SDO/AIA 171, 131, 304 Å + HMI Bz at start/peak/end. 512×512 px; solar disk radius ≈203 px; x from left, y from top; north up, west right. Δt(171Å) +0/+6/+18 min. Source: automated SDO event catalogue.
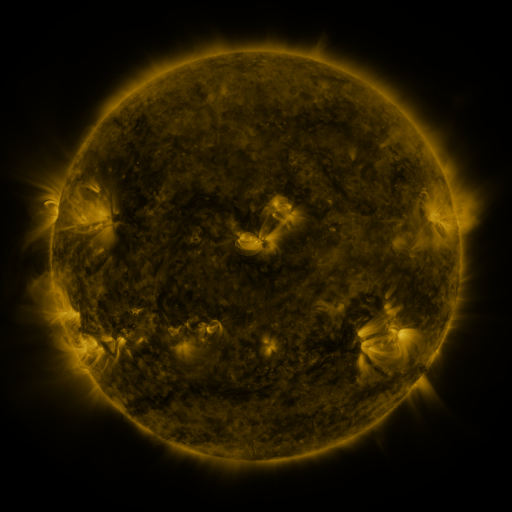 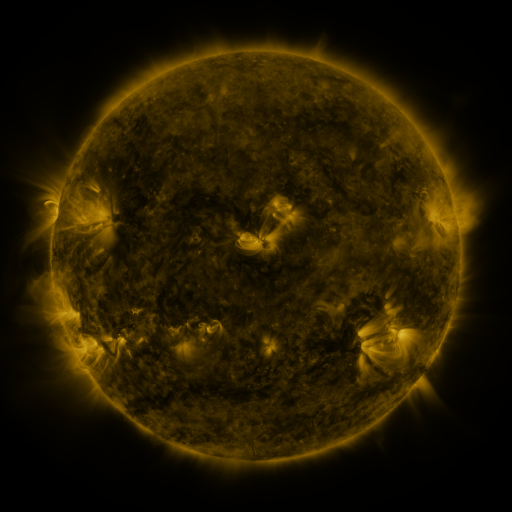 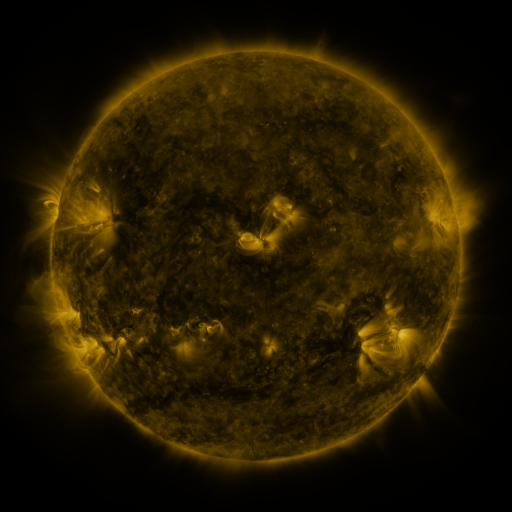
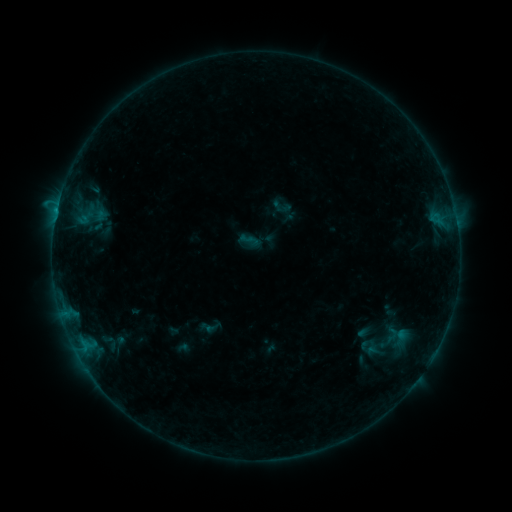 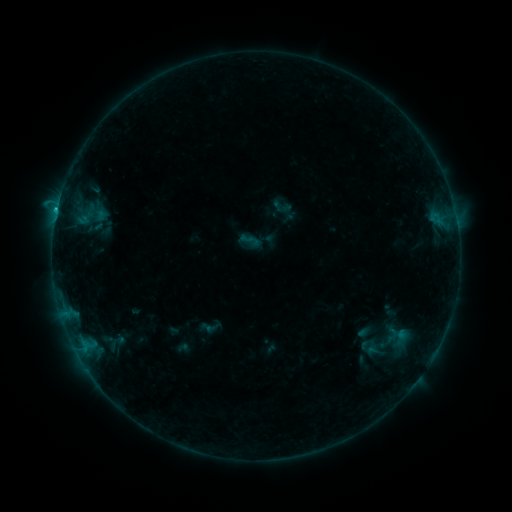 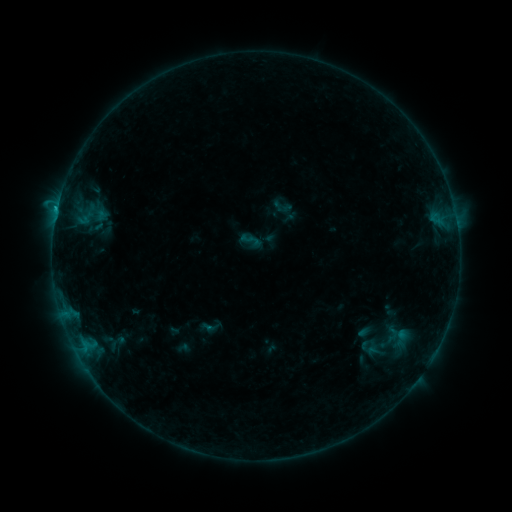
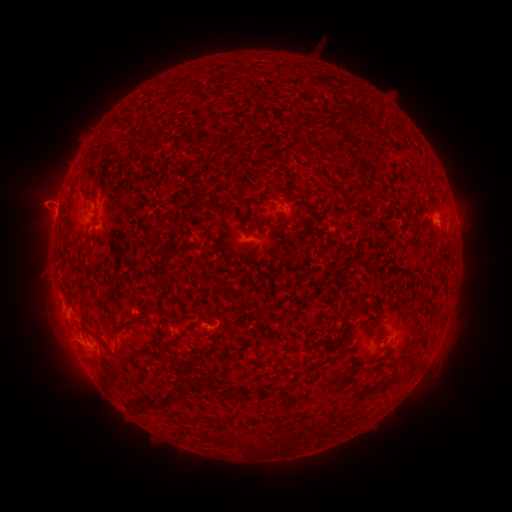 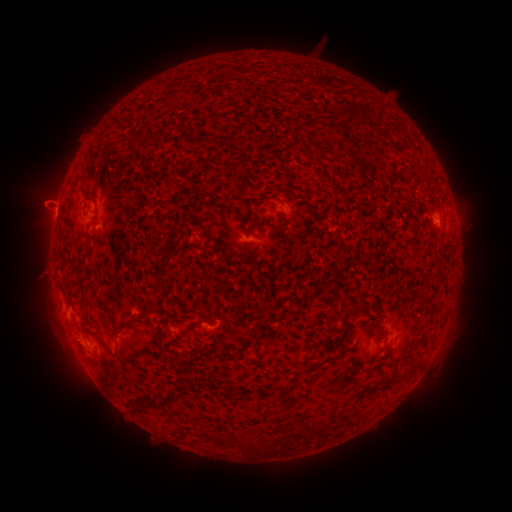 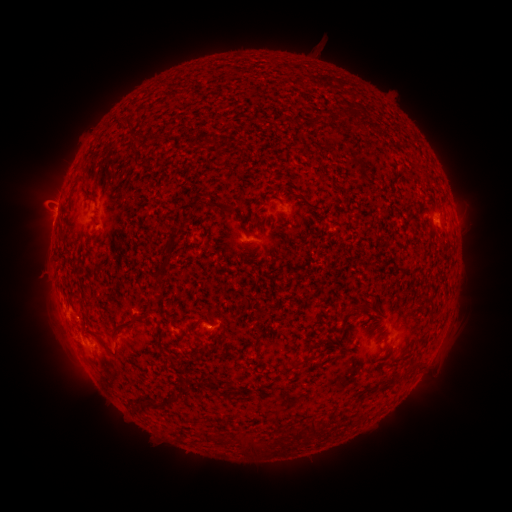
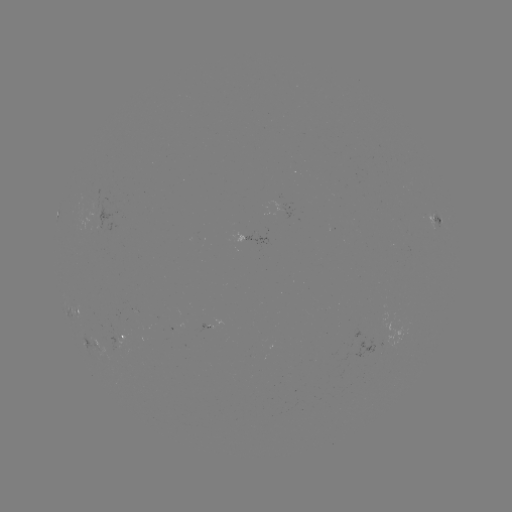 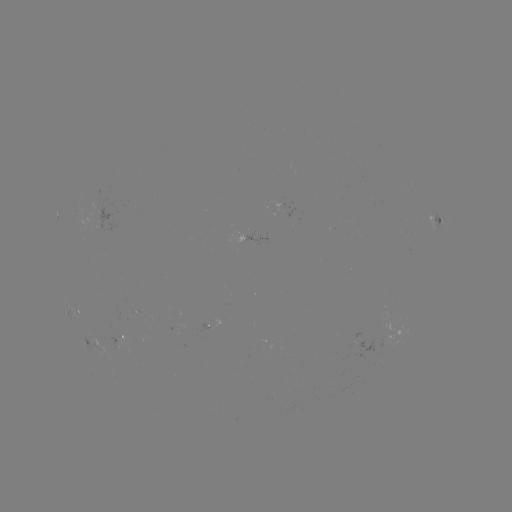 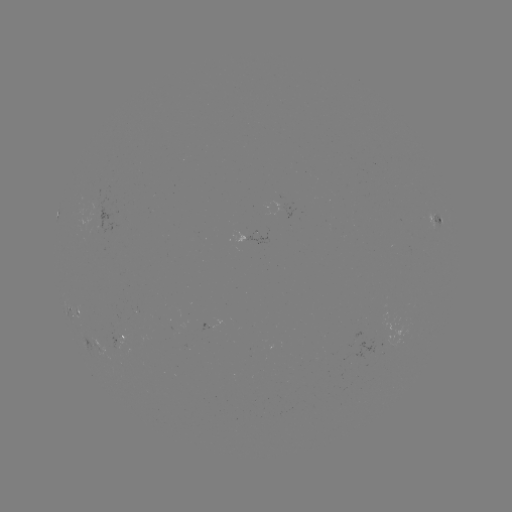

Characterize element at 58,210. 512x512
B6.2 flare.